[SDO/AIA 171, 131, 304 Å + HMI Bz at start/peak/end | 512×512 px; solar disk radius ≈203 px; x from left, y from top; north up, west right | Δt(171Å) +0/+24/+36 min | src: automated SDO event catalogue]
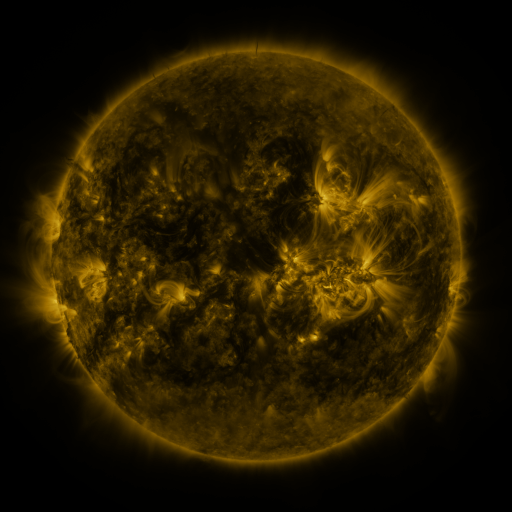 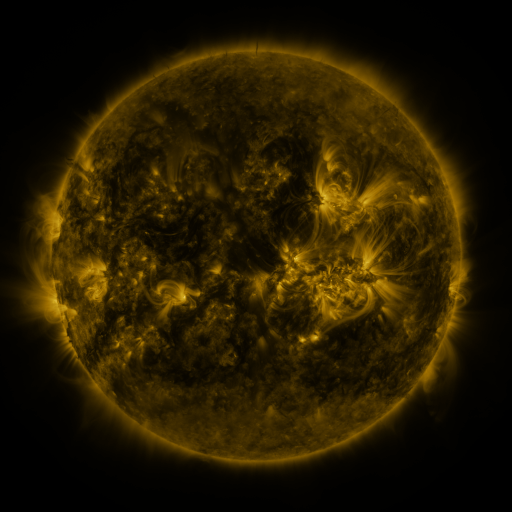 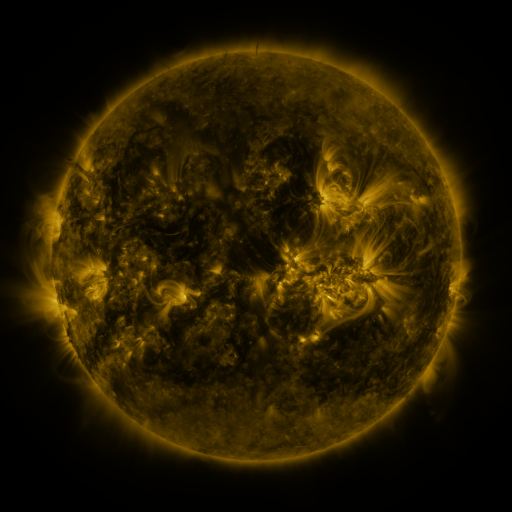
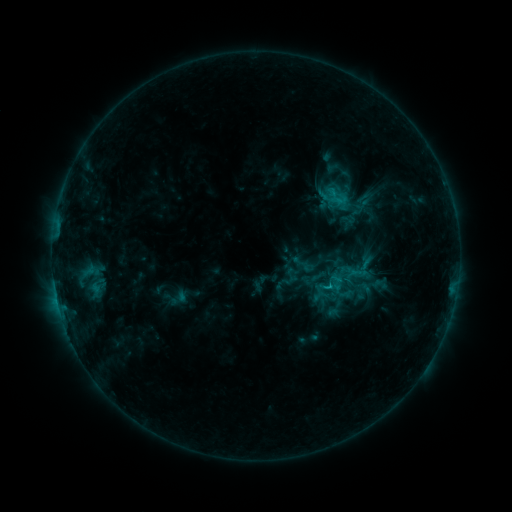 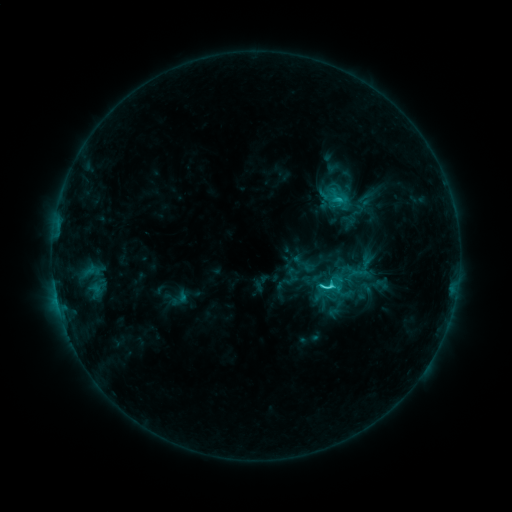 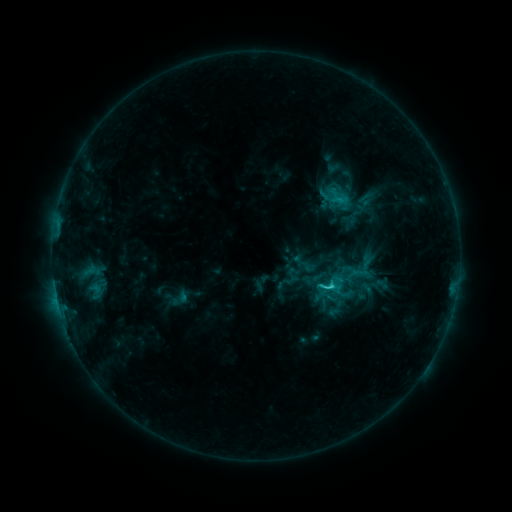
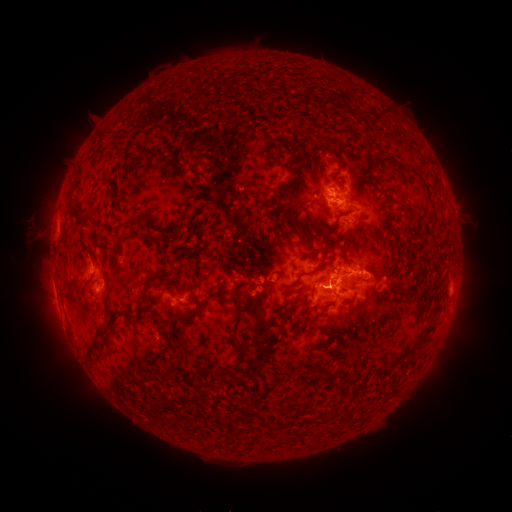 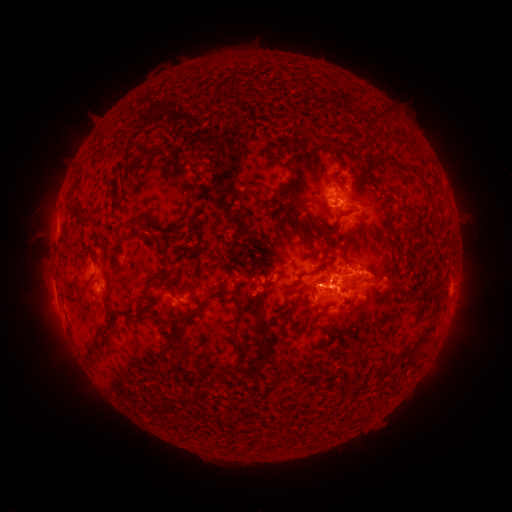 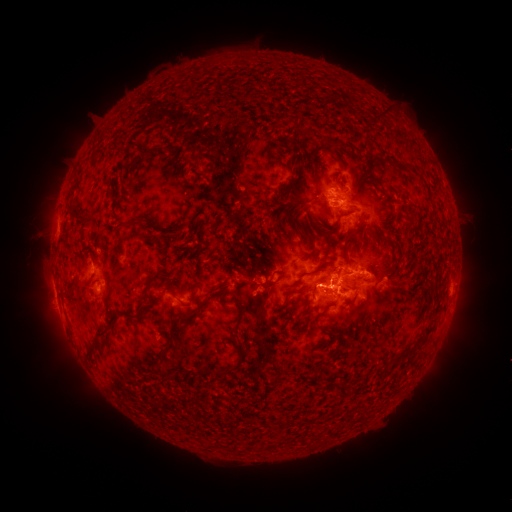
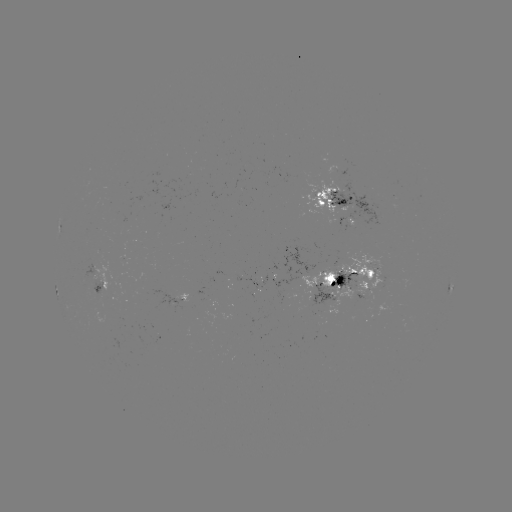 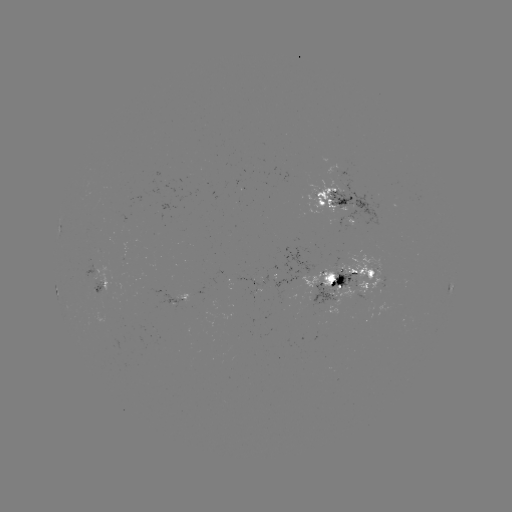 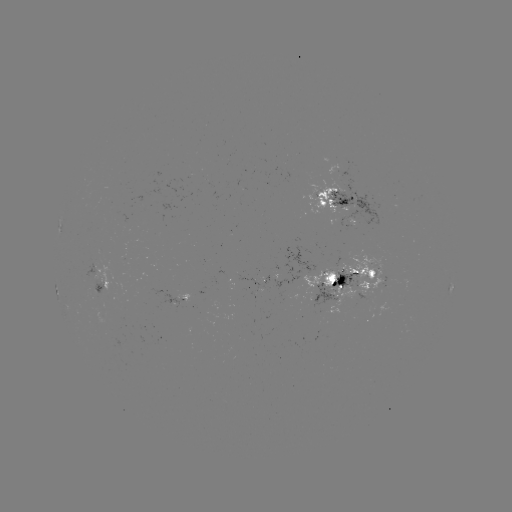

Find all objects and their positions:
C3.9 flare: (323, 284)
